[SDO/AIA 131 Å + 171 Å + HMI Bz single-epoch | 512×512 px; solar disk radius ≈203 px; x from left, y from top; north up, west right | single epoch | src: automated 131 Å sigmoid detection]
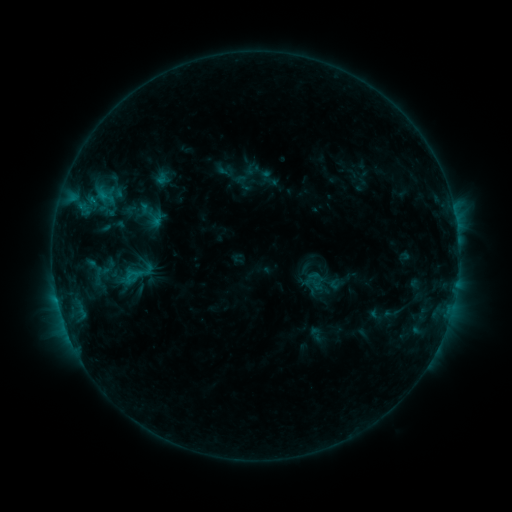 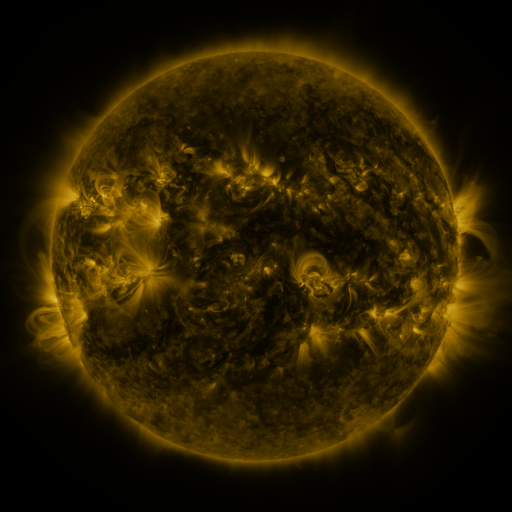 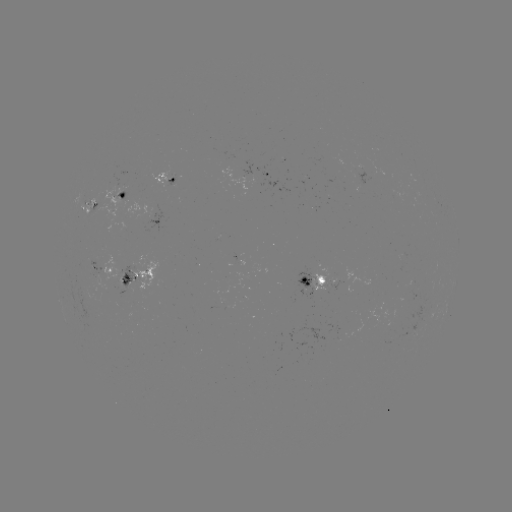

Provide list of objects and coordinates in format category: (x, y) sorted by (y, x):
sigmoid: (130, 276)
